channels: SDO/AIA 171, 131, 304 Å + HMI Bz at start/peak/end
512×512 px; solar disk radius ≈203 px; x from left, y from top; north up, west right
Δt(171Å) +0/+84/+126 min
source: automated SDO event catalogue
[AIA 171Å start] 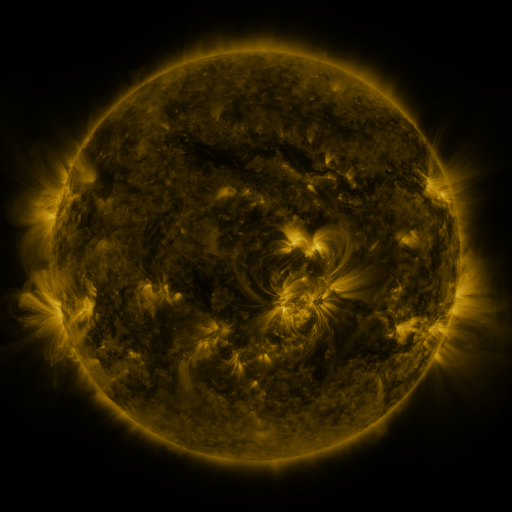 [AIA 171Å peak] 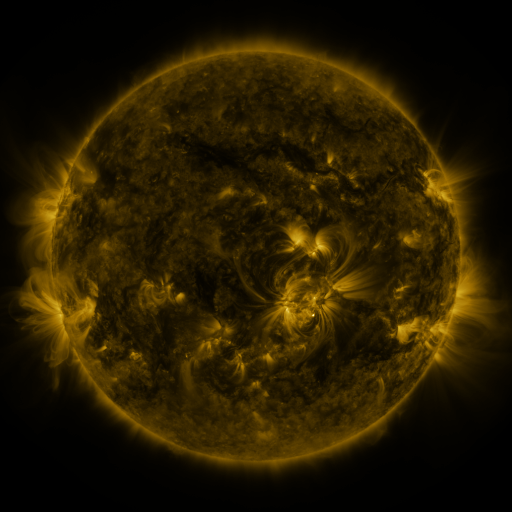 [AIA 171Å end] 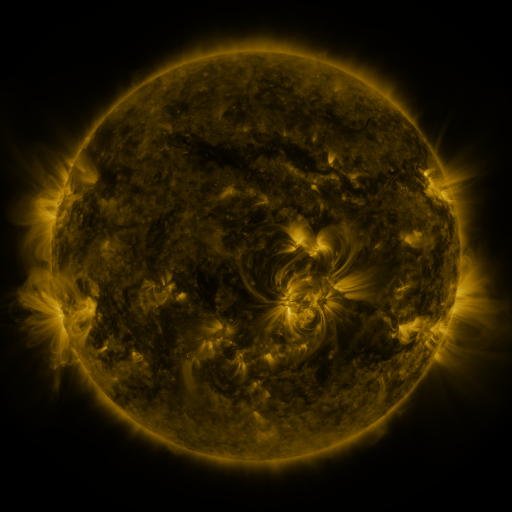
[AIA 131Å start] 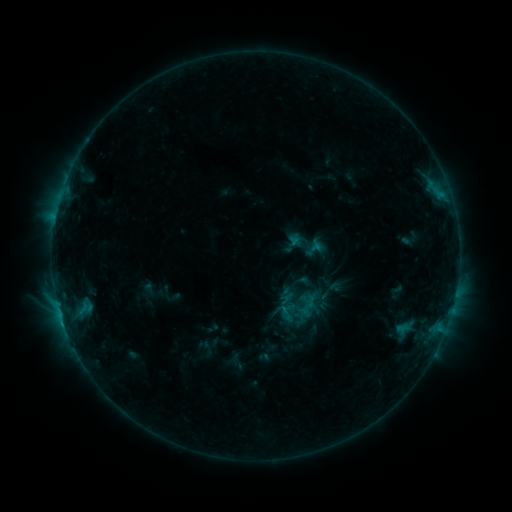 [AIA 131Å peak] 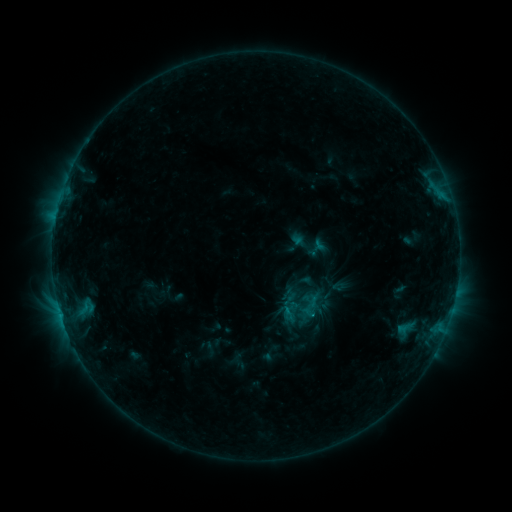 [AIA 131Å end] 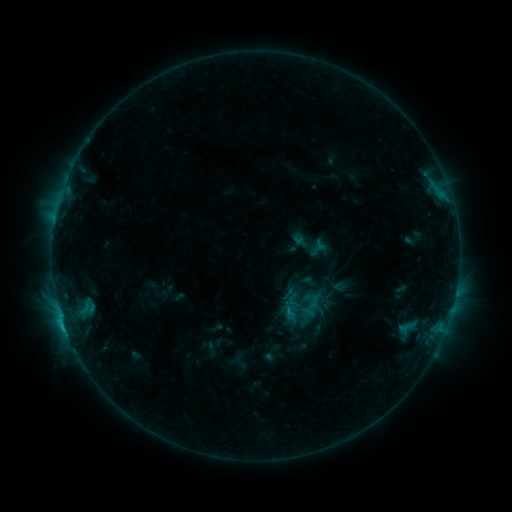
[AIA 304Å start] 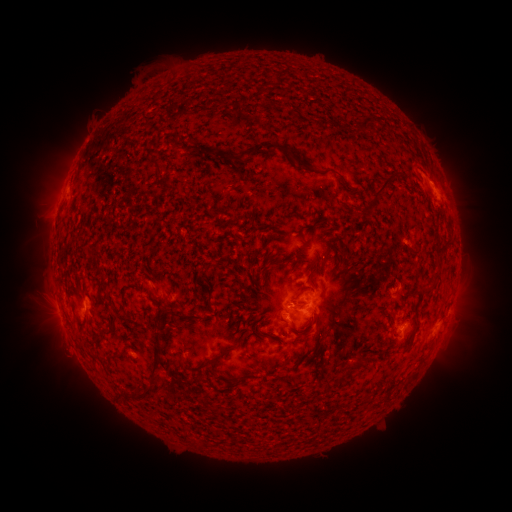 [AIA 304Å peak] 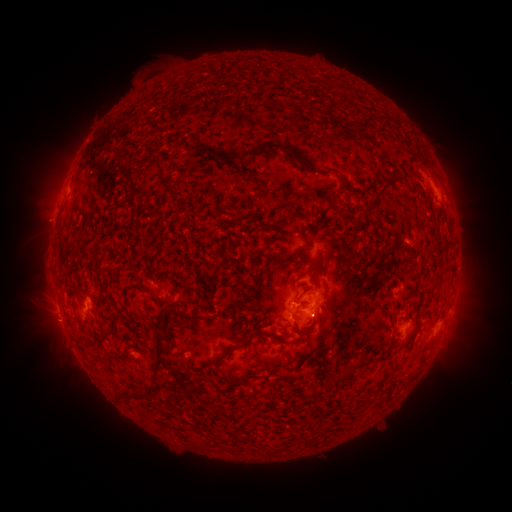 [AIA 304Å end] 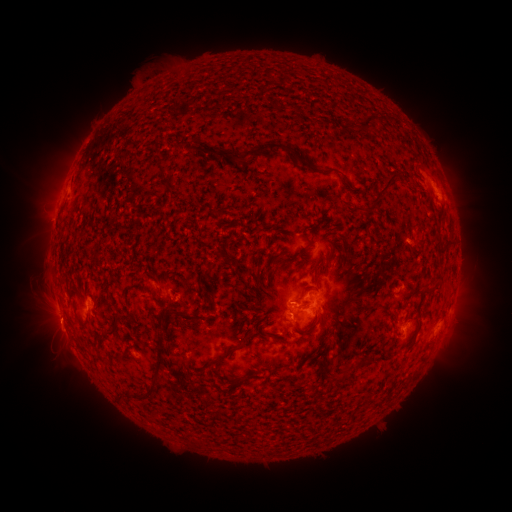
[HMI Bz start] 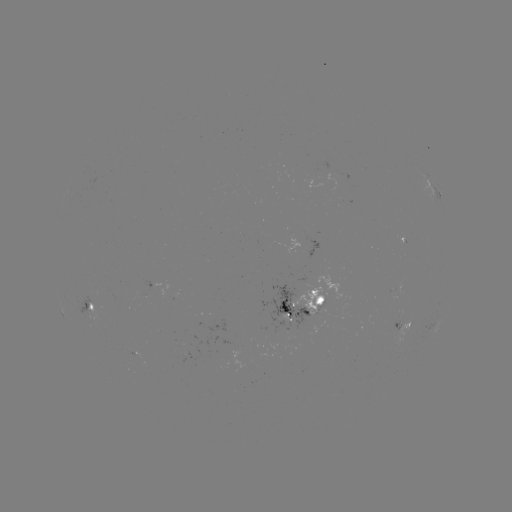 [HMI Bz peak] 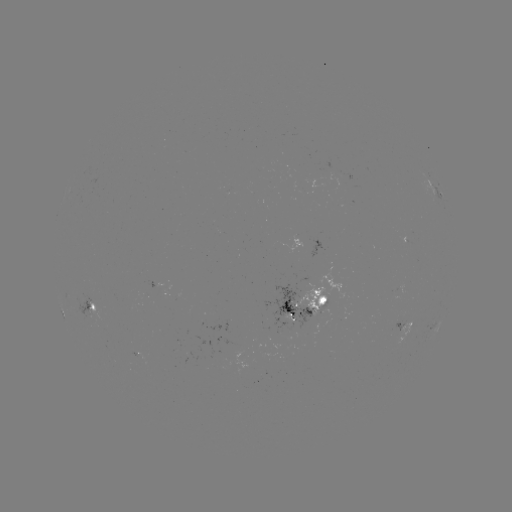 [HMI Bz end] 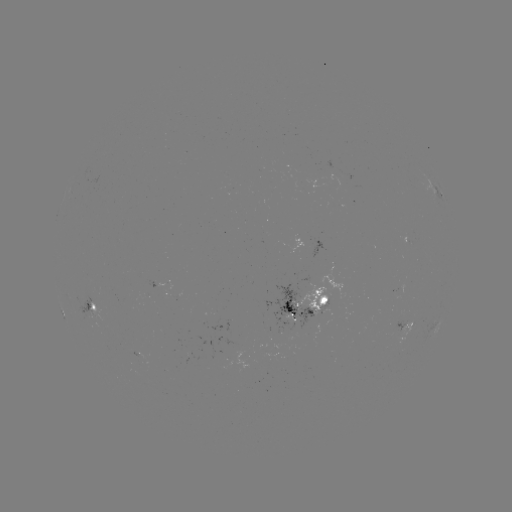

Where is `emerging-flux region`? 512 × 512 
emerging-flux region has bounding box [128, 351, 149, 362].